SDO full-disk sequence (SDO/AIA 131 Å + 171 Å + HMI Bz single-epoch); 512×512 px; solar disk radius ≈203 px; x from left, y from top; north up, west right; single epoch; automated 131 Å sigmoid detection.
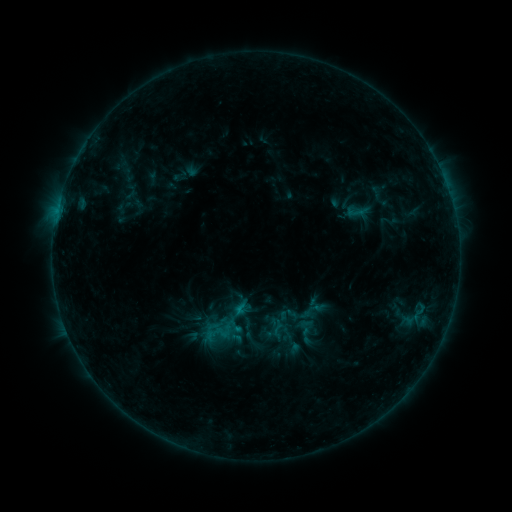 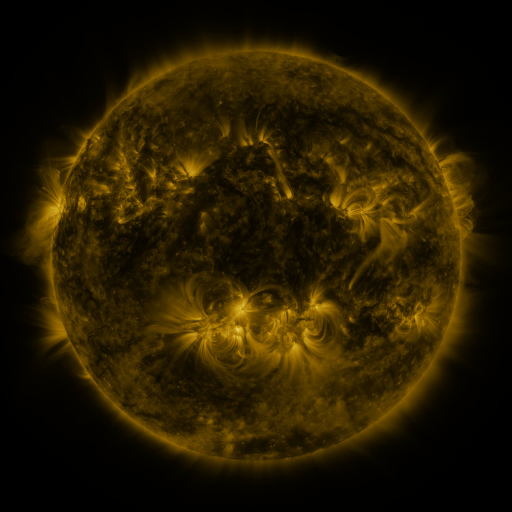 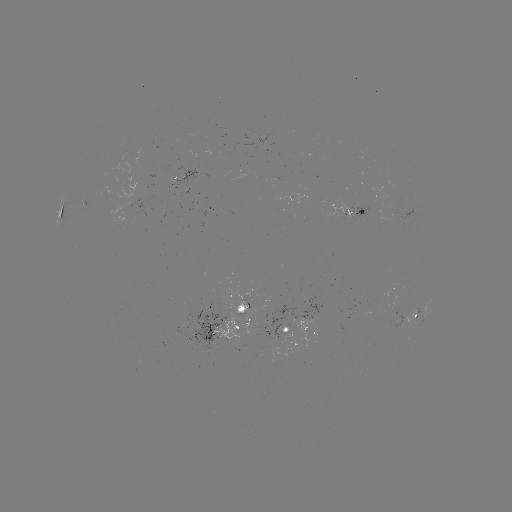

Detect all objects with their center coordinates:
sigmoid: <bbox>264, 315, 289, 340</bbox>
